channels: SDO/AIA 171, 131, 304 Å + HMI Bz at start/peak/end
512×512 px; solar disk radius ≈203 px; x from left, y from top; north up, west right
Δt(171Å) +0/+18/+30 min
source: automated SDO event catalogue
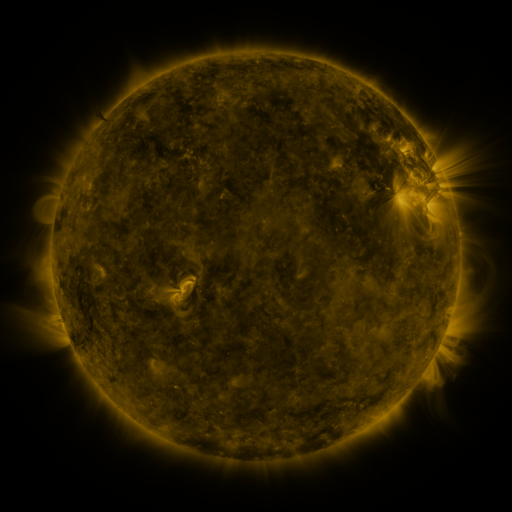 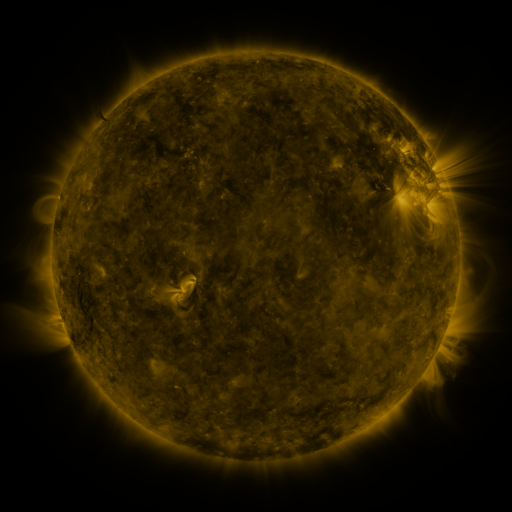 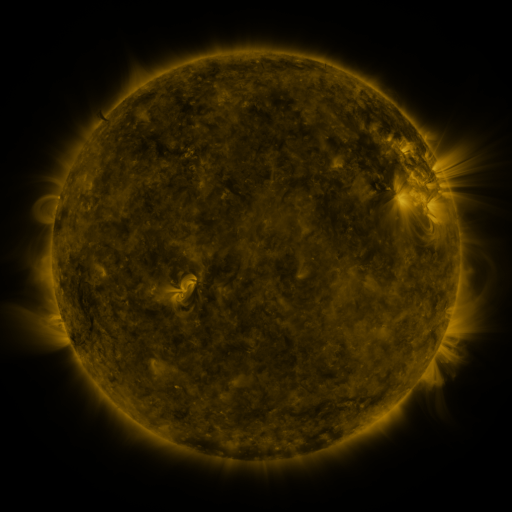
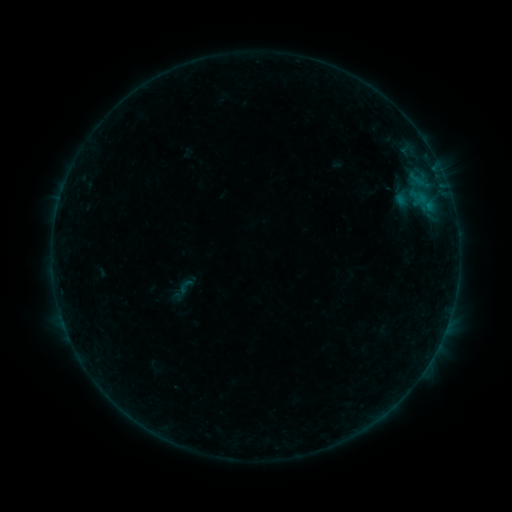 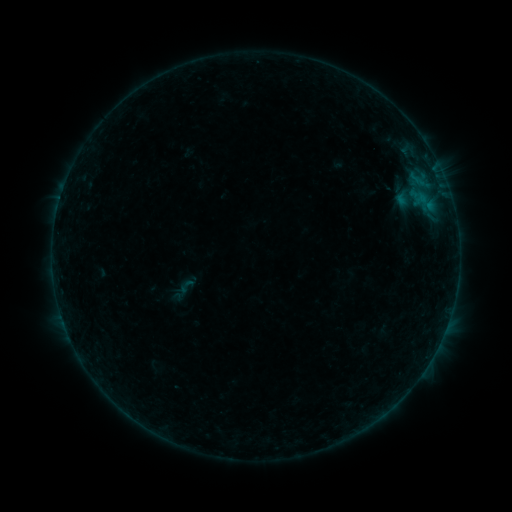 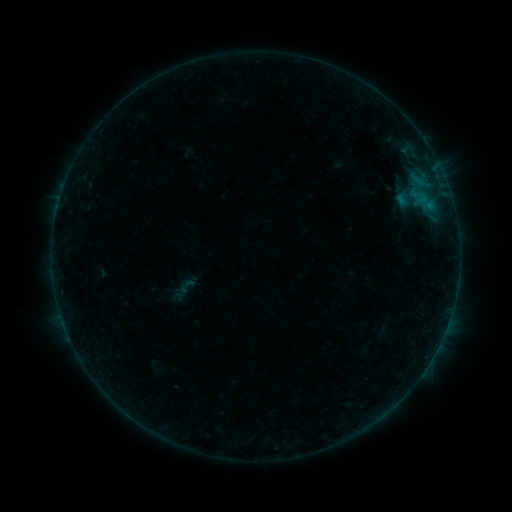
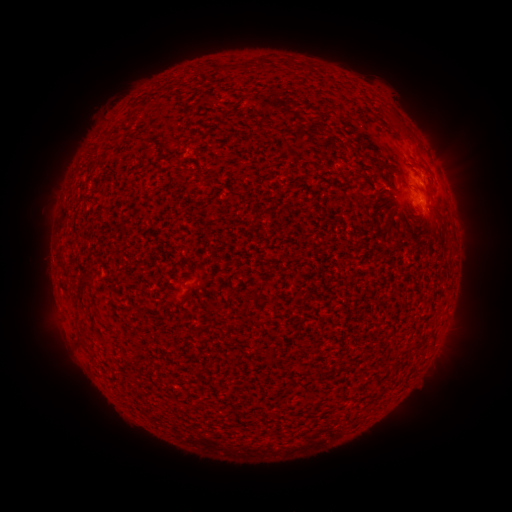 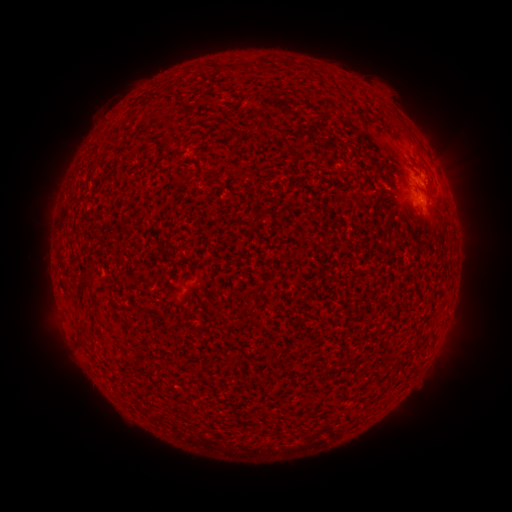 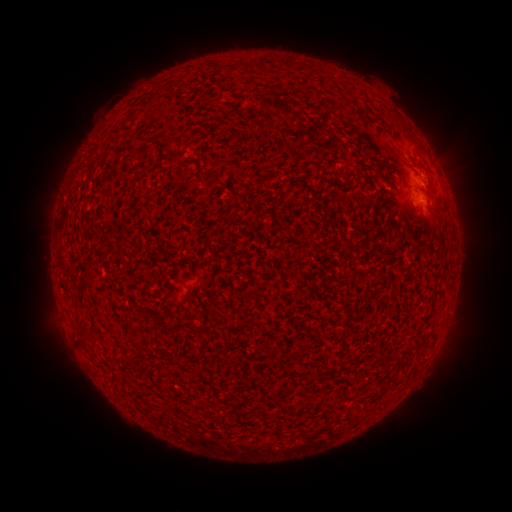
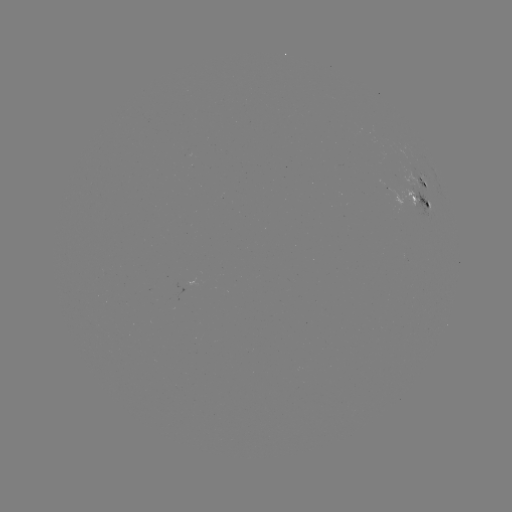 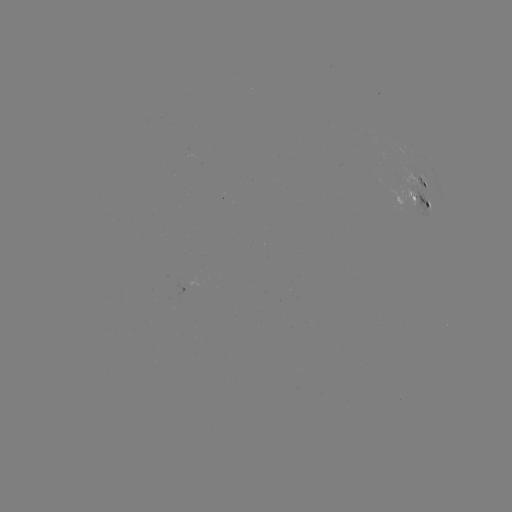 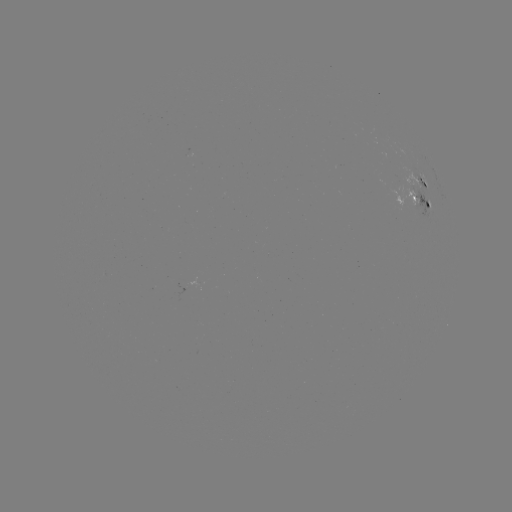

no classed flare was catalogued and no EUV brightening was flagged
